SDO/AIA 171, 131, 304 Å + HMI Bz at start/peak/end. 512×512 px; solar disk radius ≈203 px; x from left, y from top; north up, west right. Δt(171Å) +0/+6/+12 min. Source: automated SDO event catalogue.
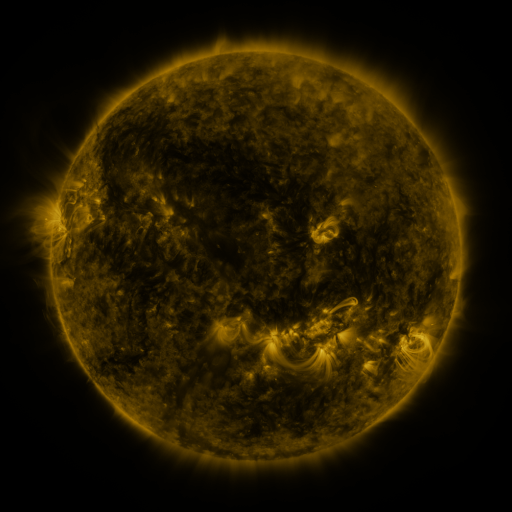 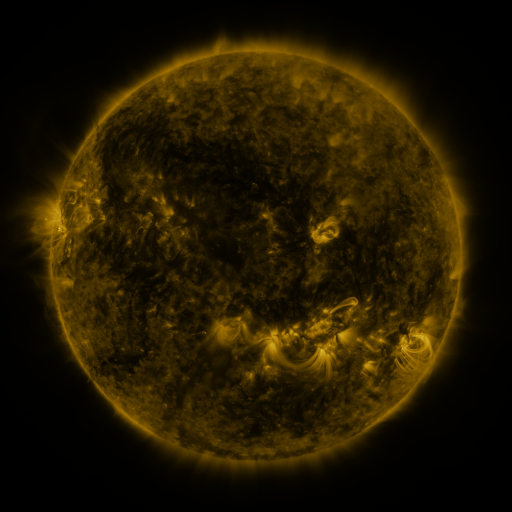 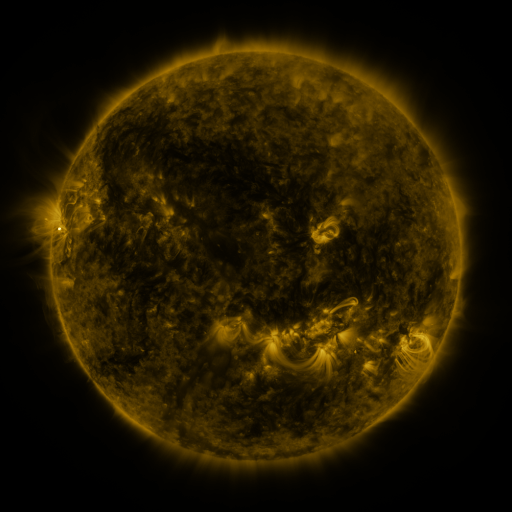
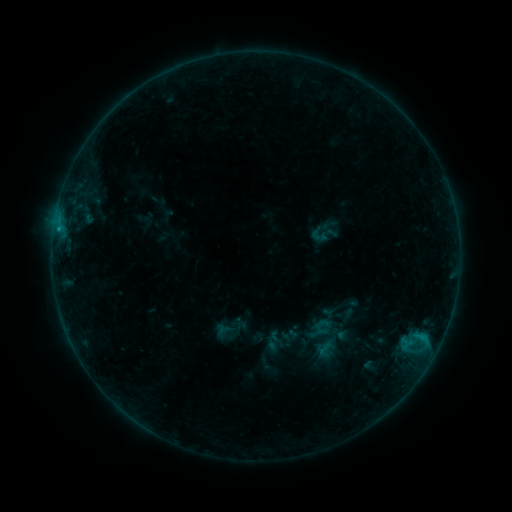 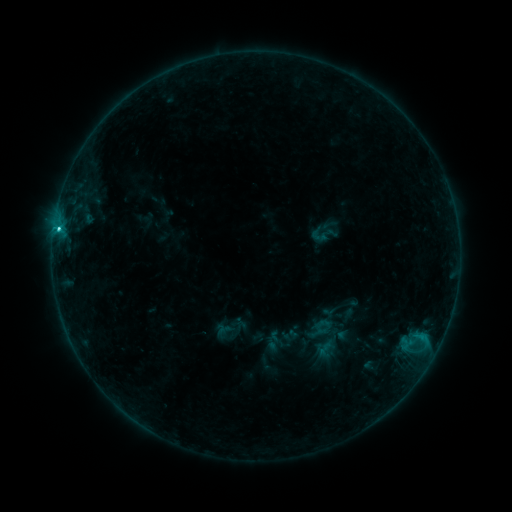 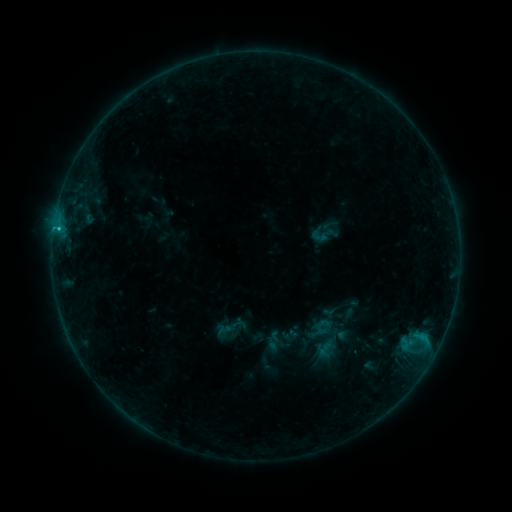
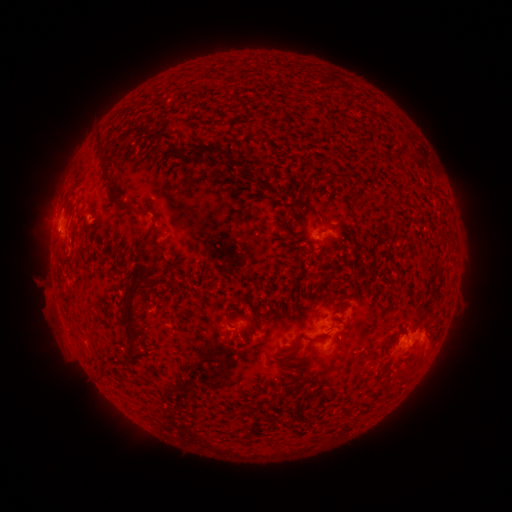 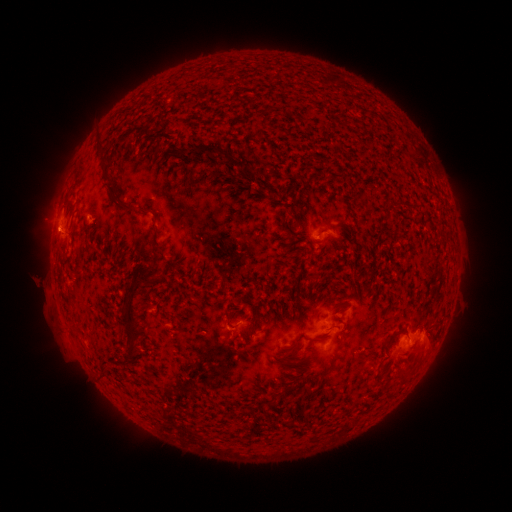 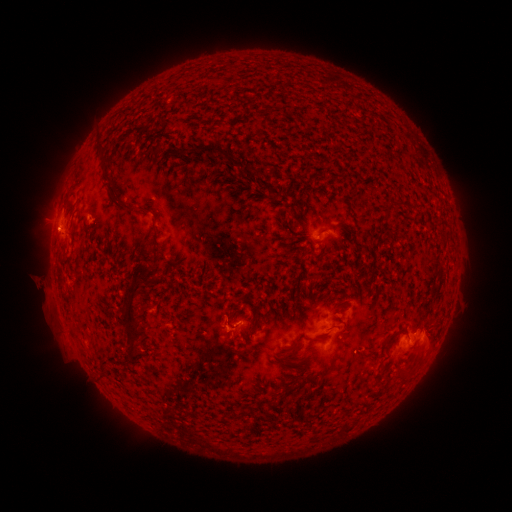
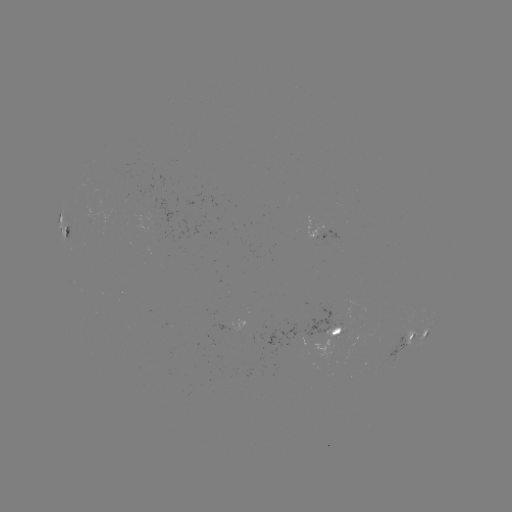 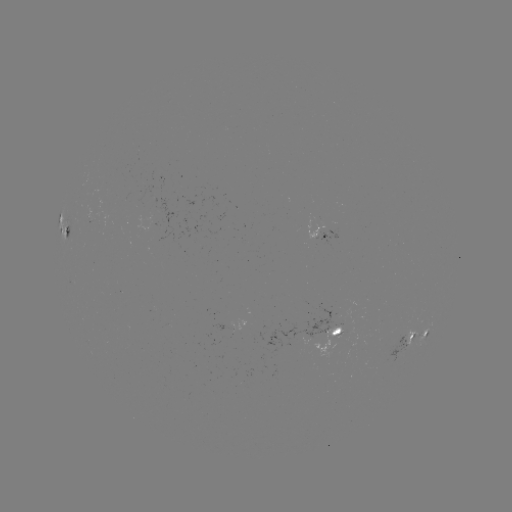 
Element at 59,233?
C1.5 flare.